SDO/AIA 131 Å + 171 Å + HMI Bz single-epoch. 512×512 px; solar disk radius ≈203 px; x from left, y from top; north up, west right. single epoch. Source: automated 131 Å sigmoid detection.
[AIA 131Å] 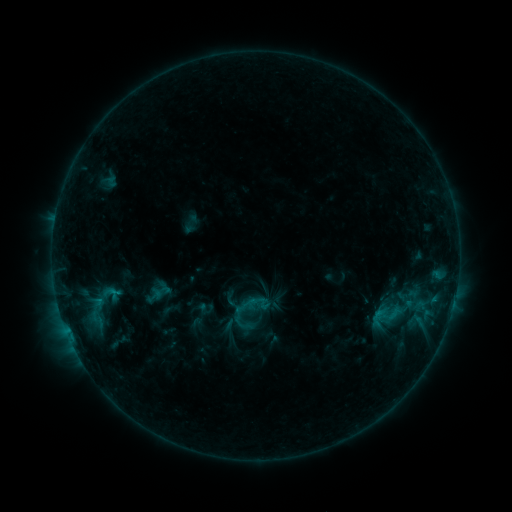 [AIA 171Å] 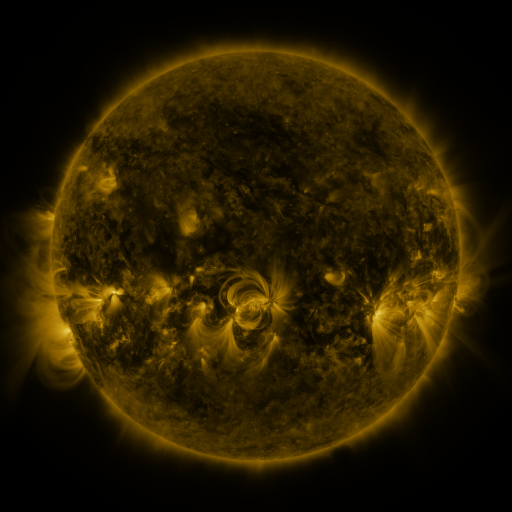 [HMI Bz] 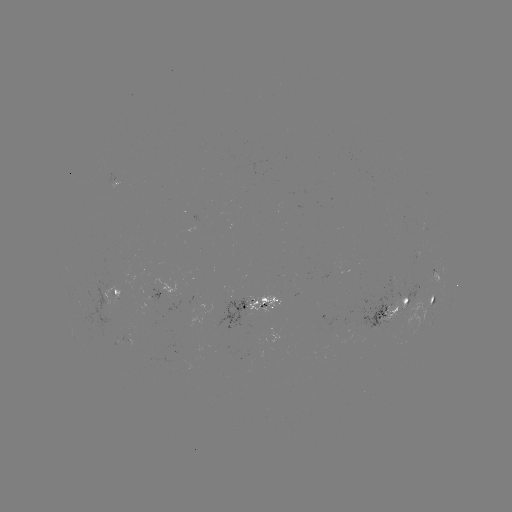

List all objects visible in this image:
sigmoid: <bbox>55, 280, 142, 342</bbox>
sigmoid: <bbox>369, 298, 403, 334</bbox>
